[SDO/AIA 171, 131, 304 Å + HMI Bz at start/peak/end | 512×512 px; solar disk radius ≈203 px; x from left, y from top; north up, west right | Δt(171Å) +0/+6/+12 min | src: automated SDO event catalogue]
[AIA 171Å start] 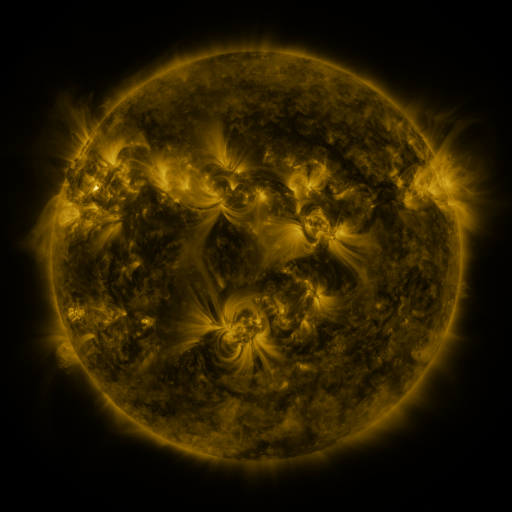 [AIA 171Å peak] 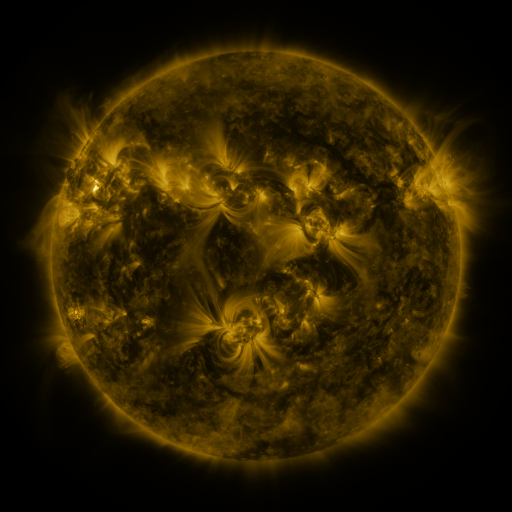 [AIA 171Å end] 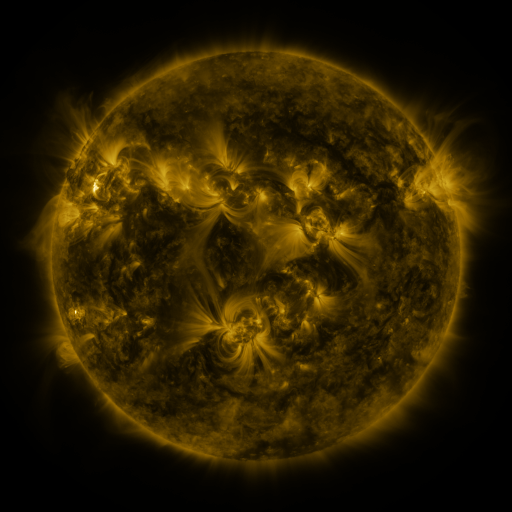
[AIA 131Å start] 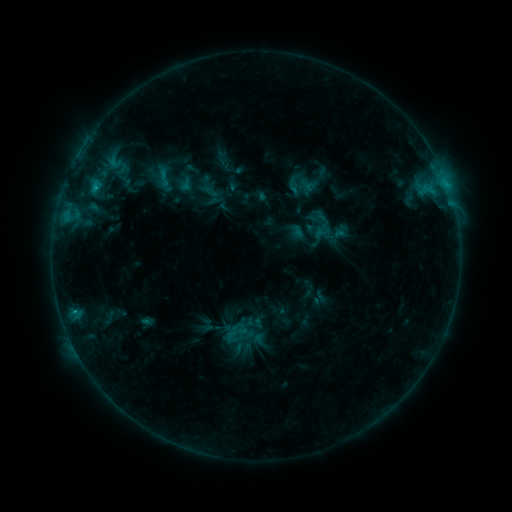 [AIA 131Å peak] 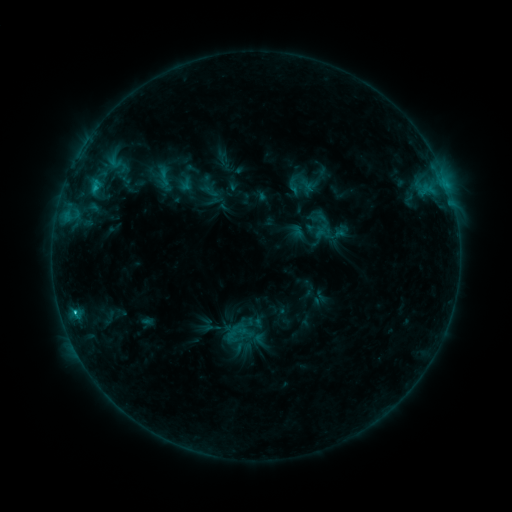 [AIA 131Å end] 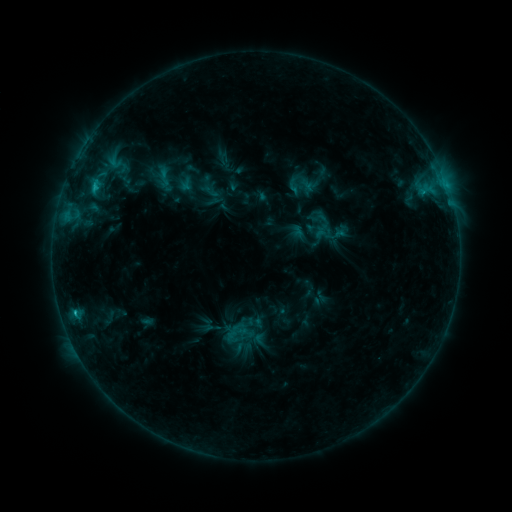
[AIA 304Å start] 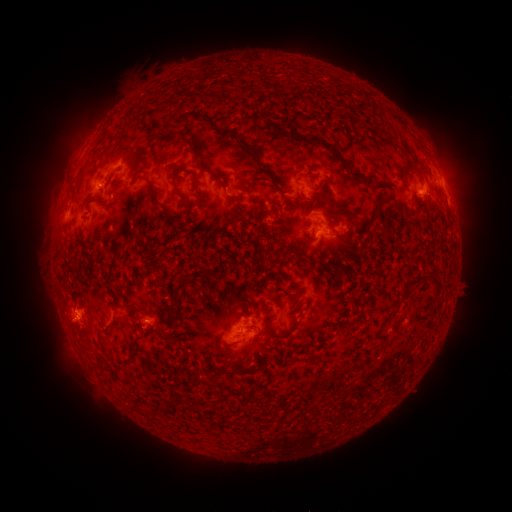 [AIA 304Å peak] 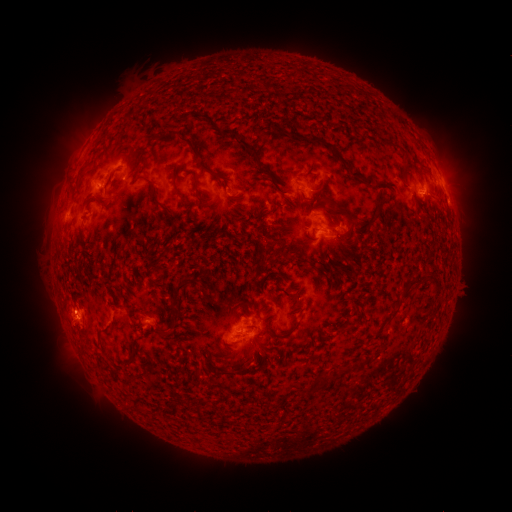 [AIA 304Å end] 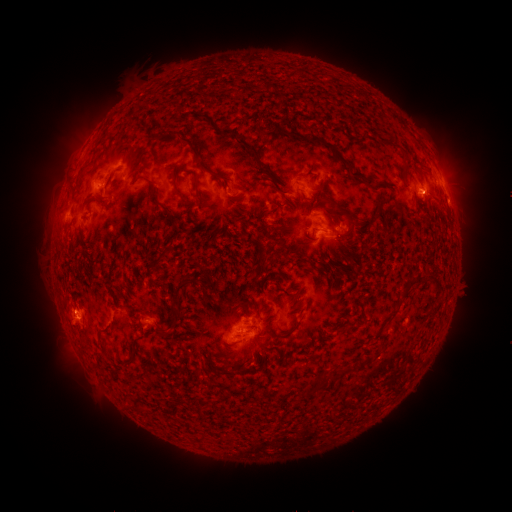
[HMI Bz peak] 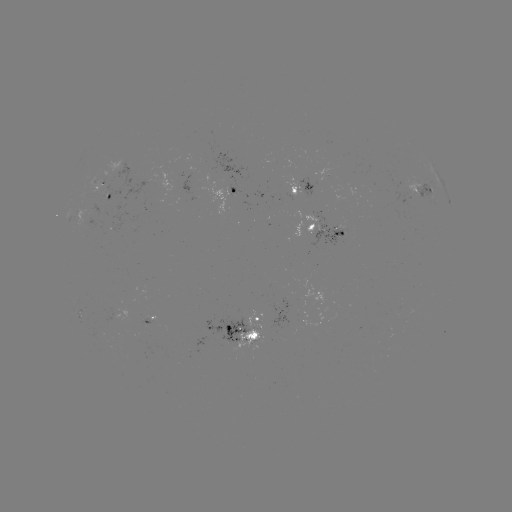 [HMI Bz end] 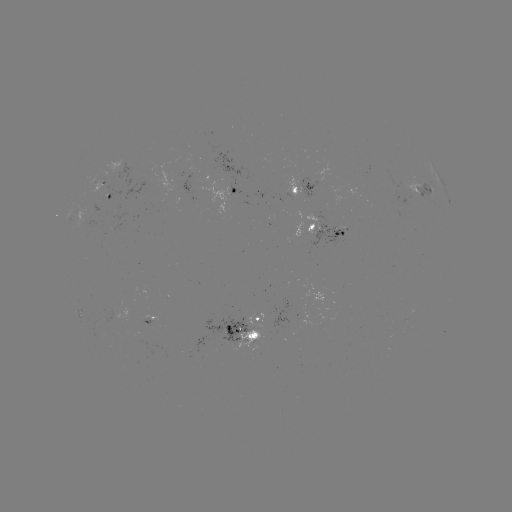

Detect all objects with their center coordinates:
C1.2 flare: (75, 309)
